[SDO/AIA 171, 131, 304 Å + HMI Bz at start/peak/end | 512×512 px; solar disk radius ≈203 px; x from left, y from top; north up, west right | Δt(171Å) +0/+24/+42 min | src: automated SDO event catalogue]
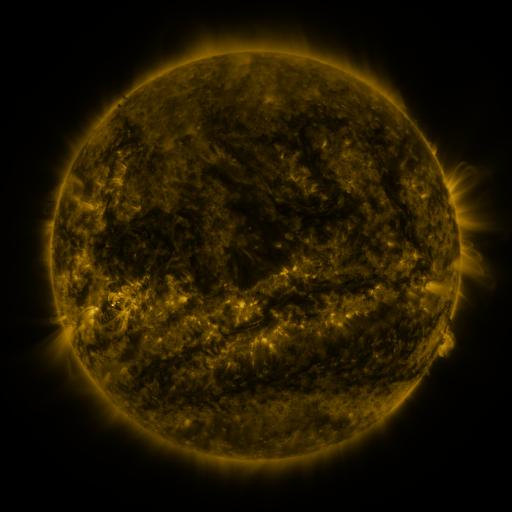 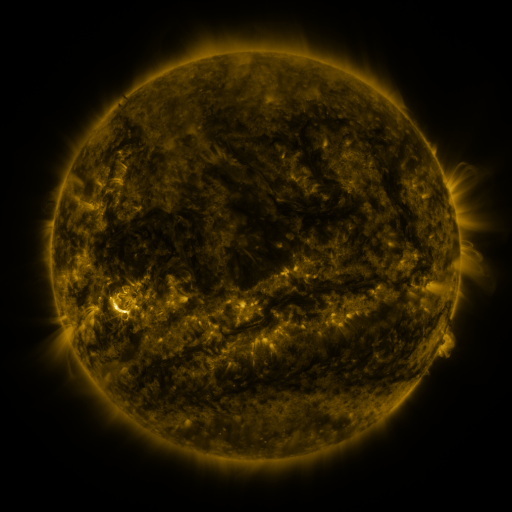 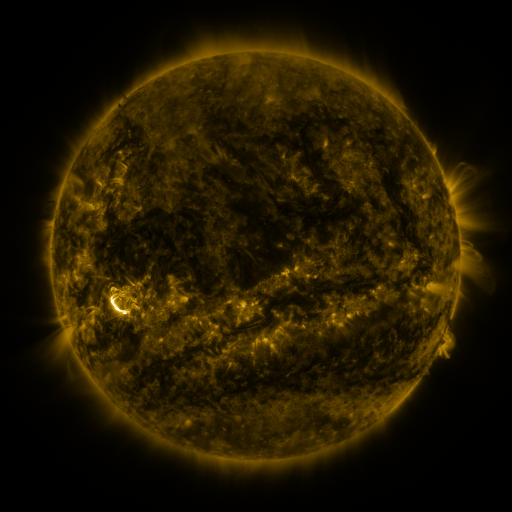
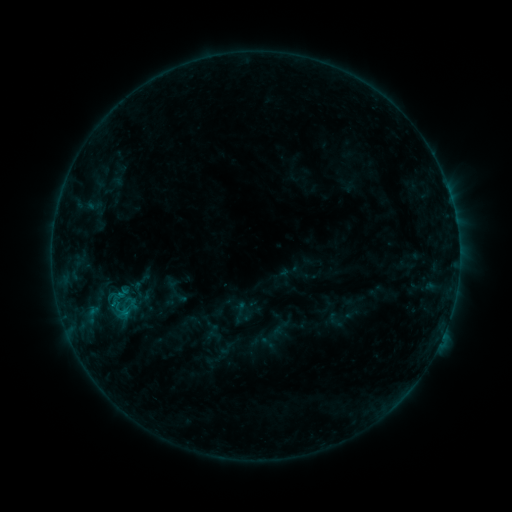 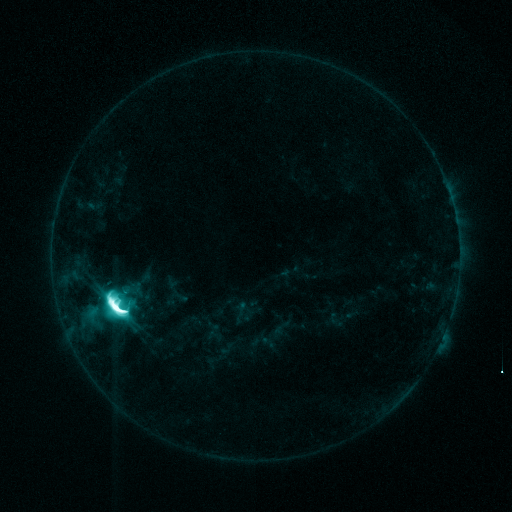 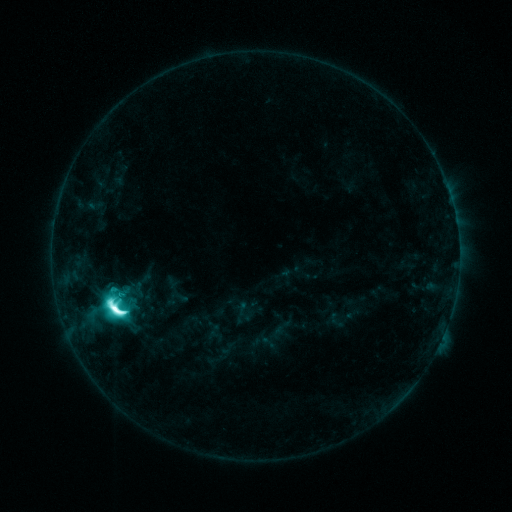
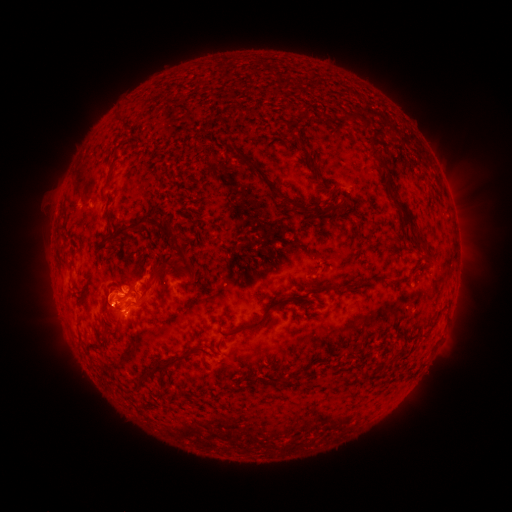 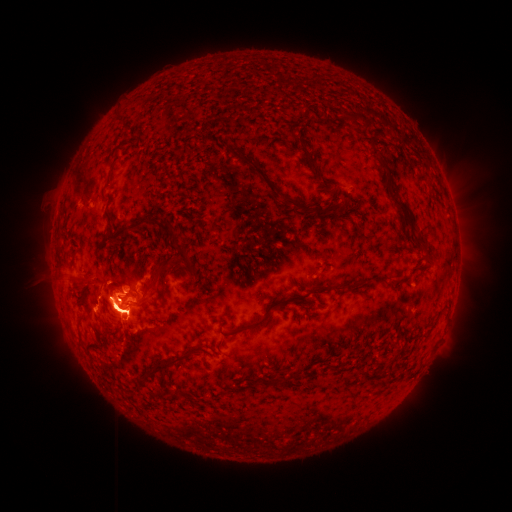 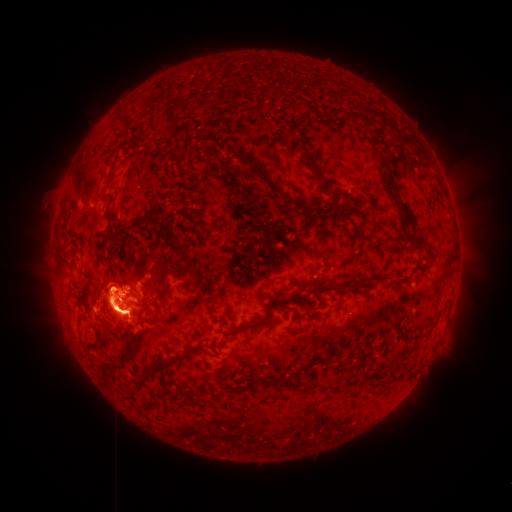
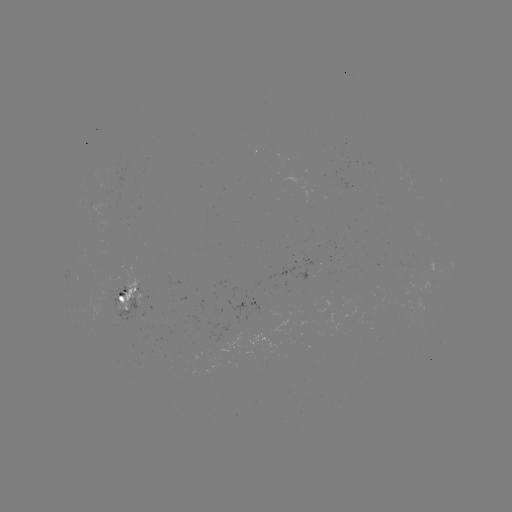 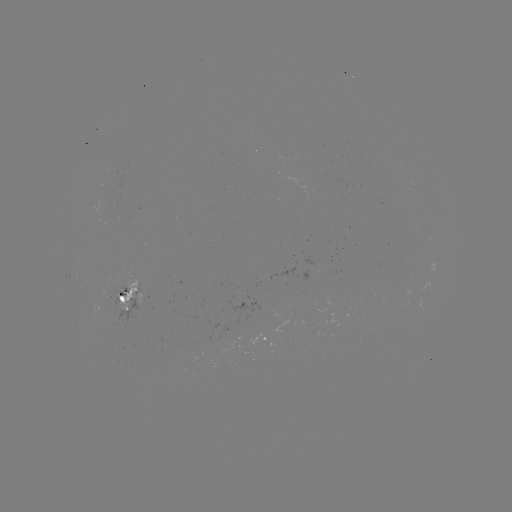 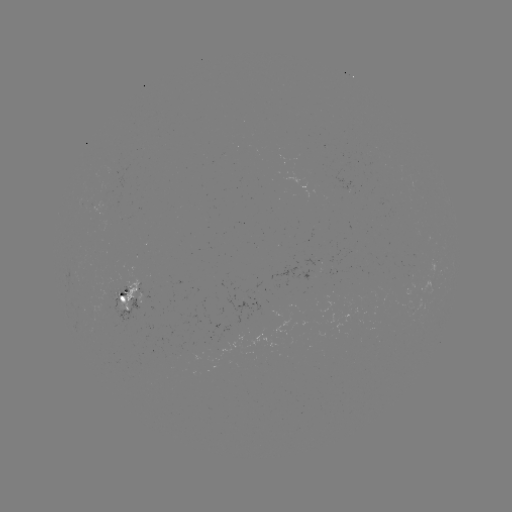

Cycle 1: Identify M5.8 flare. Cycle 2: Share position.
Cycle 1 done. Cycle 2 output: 118,301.